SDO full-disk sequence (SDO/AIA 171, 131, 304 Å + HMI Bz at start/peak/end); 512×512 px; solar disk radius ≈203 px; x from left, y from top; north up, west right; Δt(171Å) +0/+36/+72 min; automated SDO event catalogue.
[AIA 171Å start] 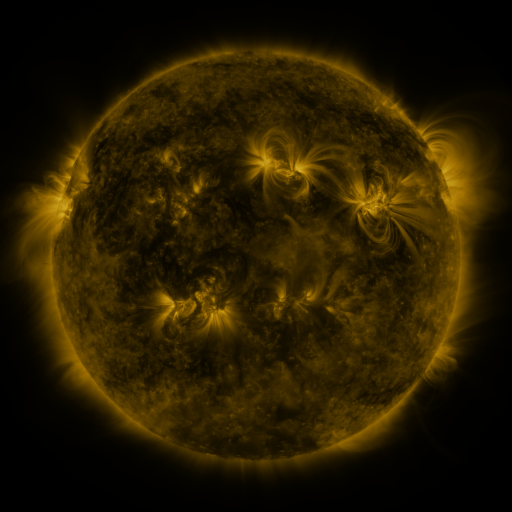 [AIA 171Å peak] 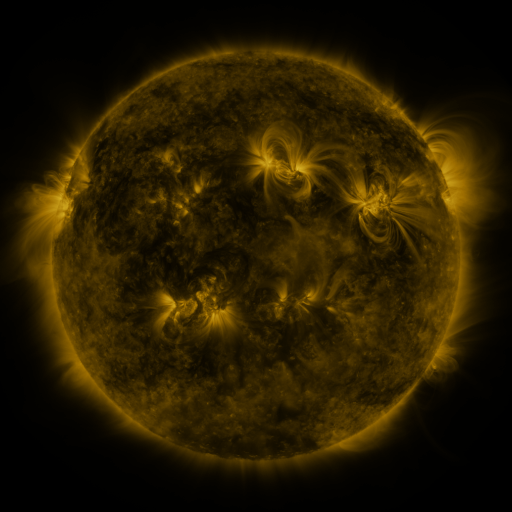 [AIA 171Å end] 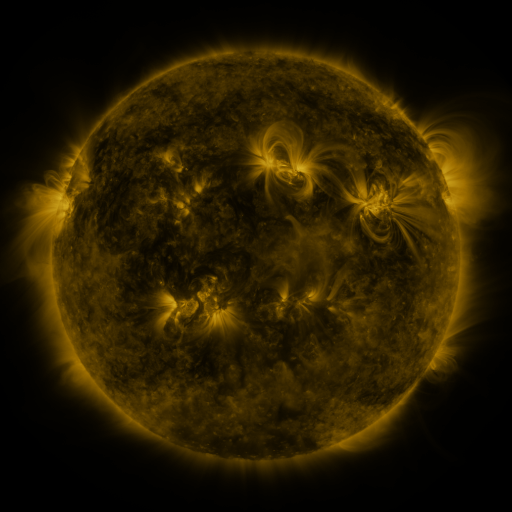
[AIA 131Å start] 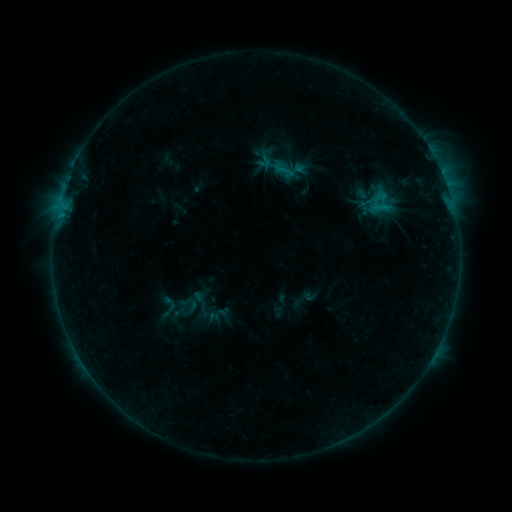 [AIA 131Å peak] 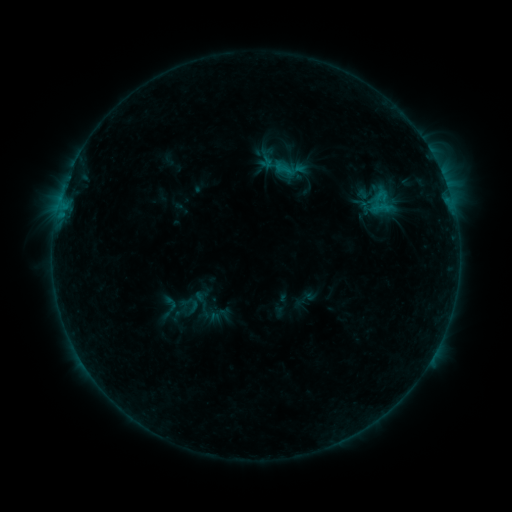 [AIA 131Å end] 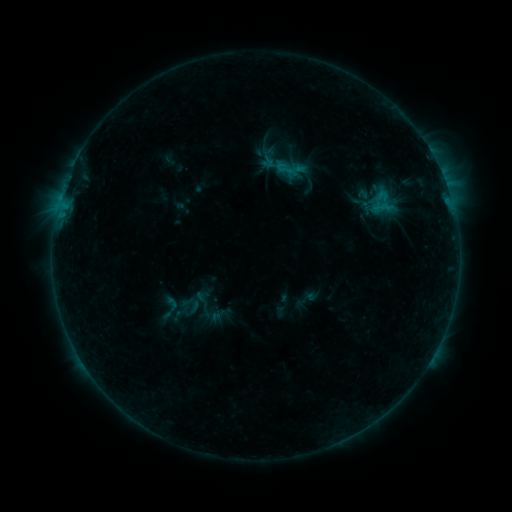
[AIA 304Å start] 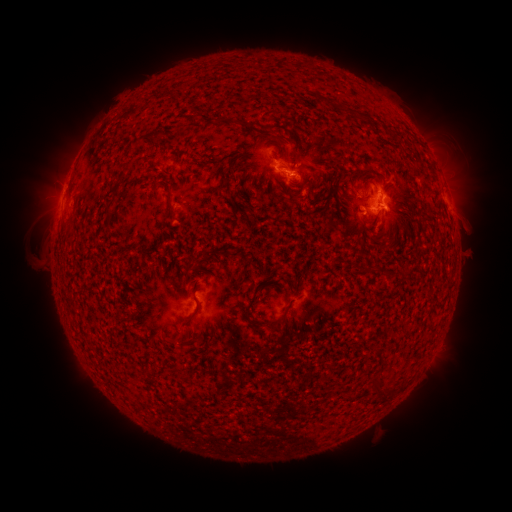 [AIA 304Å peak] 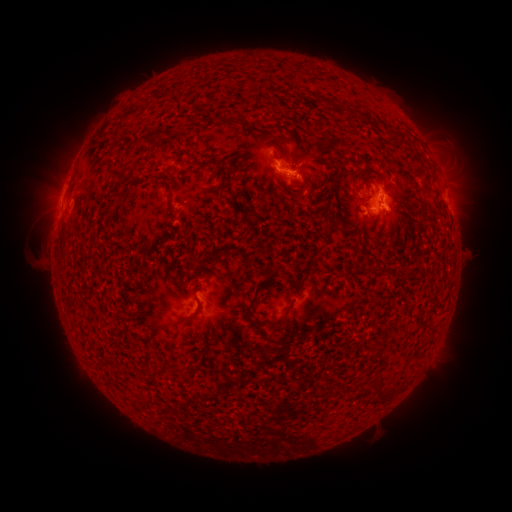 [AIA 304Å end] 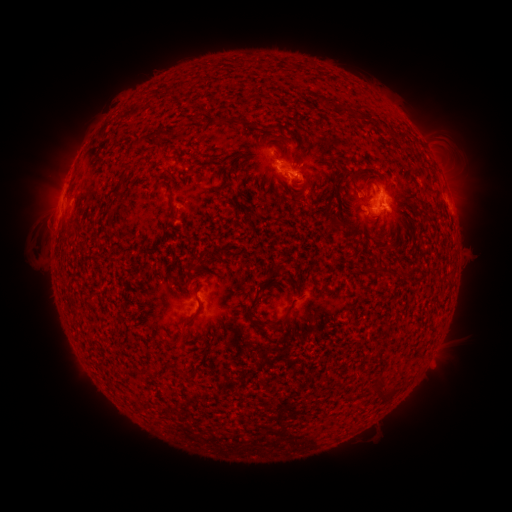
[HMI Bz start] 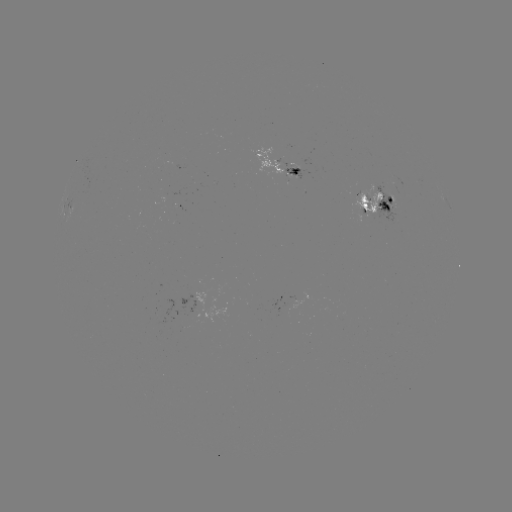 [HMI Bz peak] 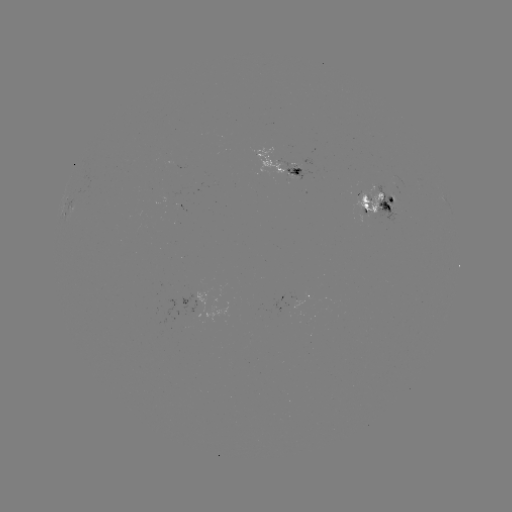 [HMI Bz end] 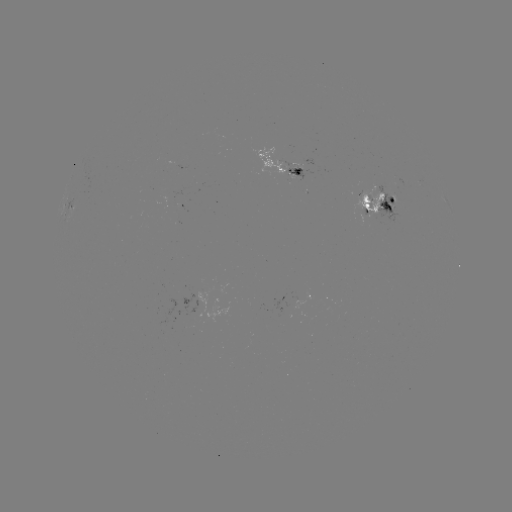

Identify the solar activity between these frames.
emerging-flux region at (199, 300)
